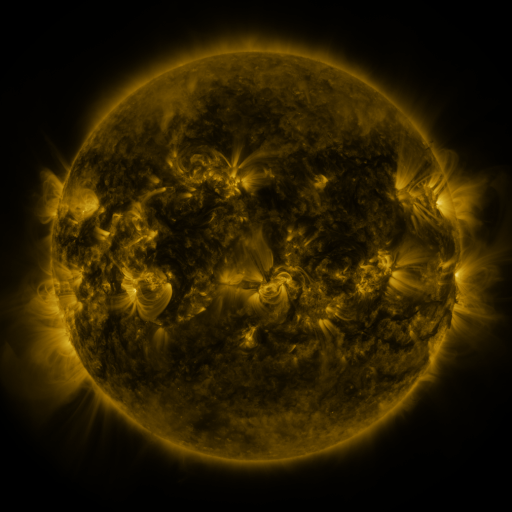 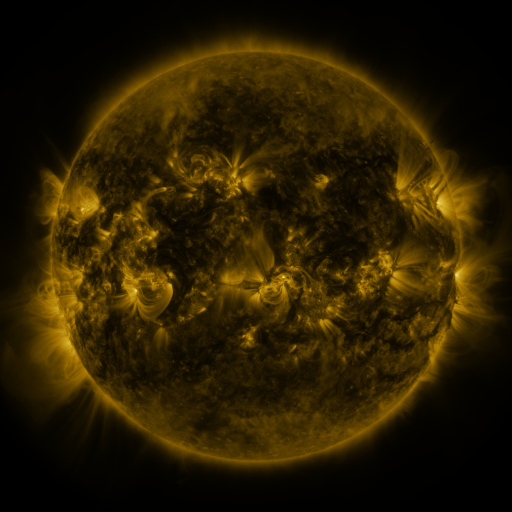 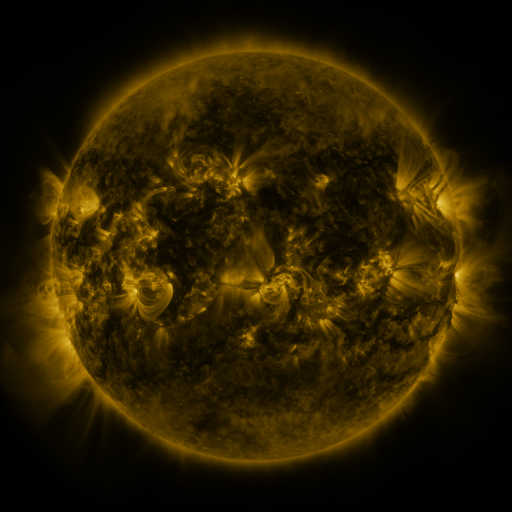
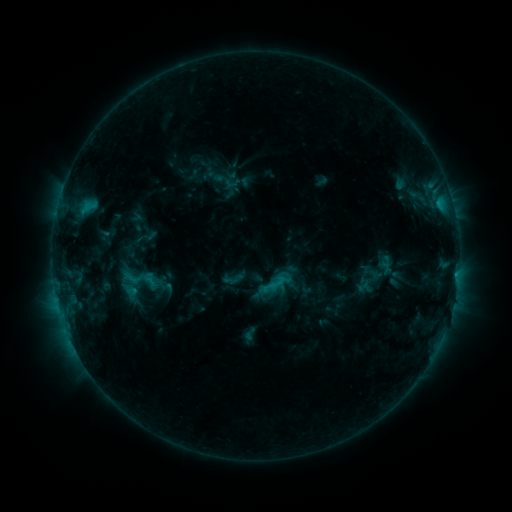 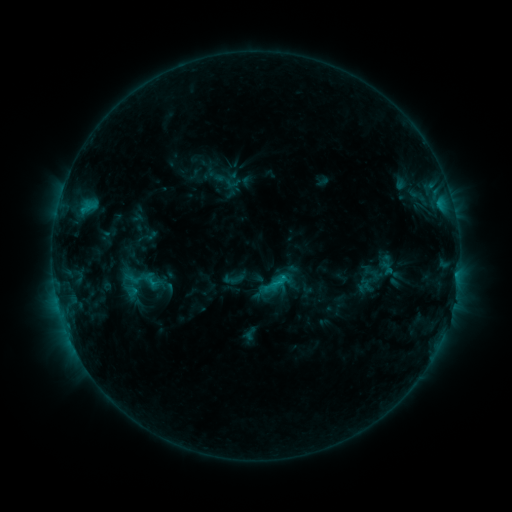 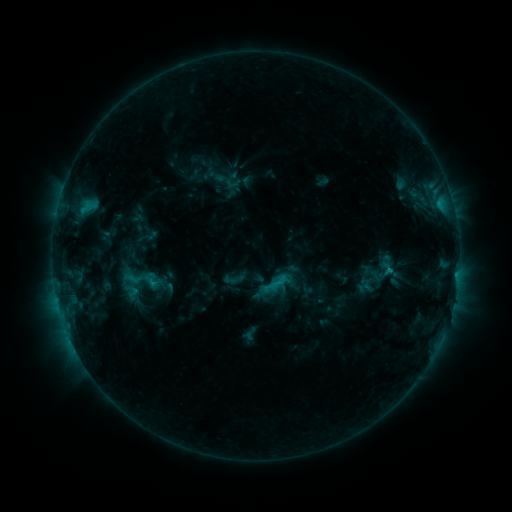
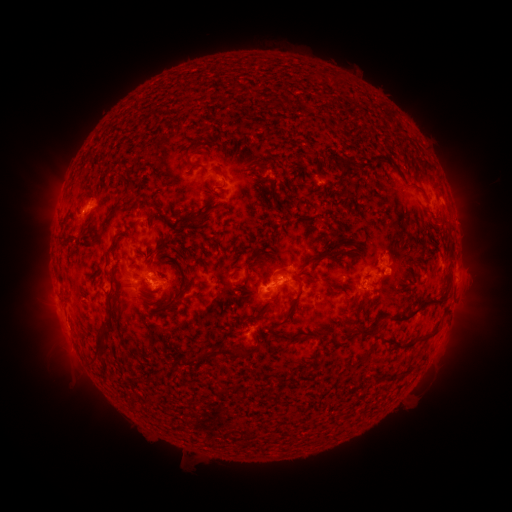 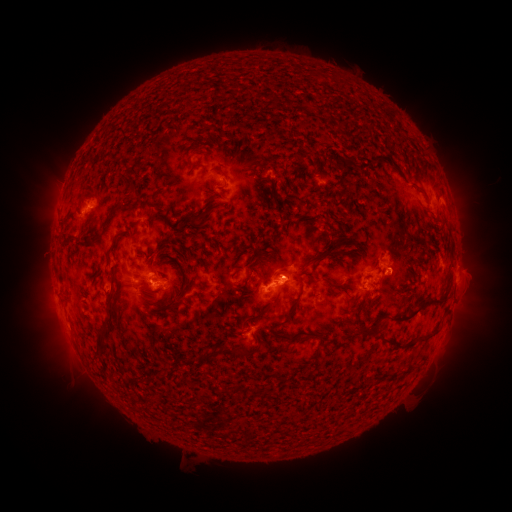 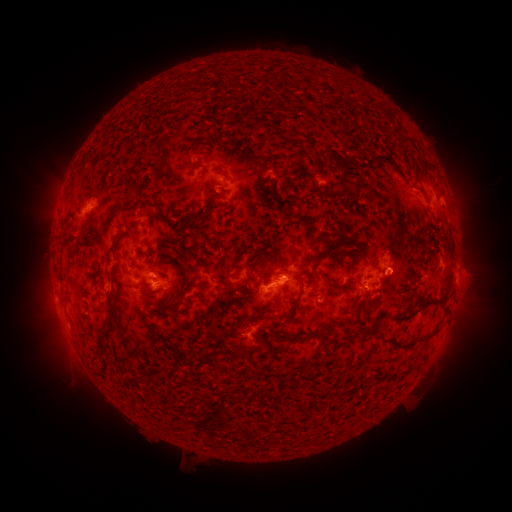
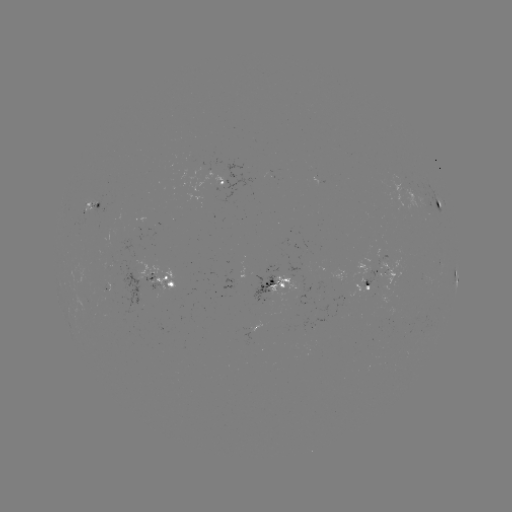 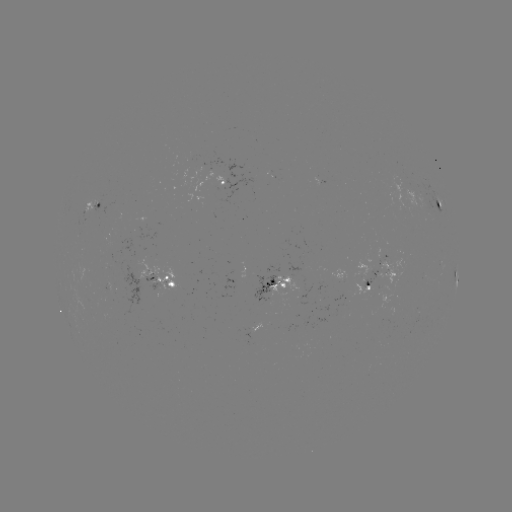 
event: flare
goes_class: C1.5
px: (388, 269)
